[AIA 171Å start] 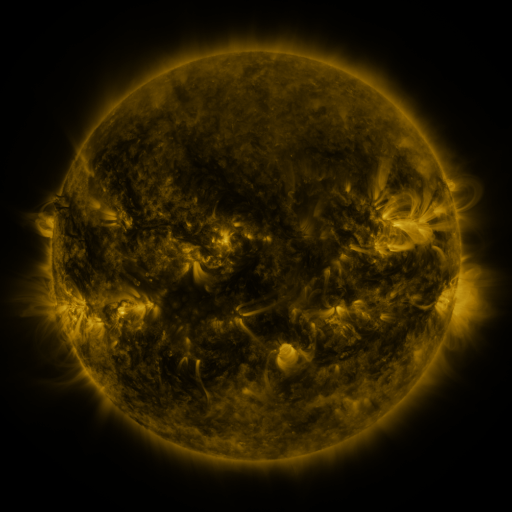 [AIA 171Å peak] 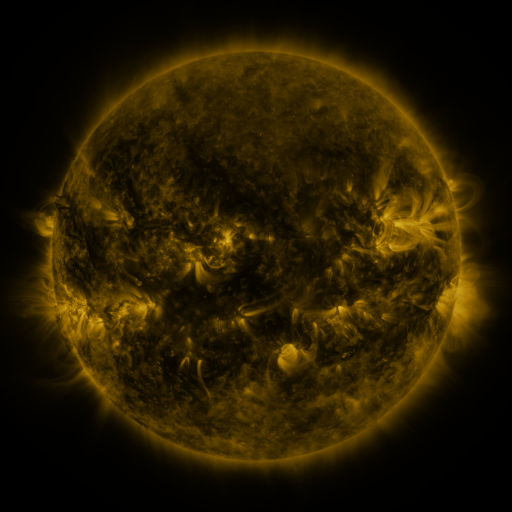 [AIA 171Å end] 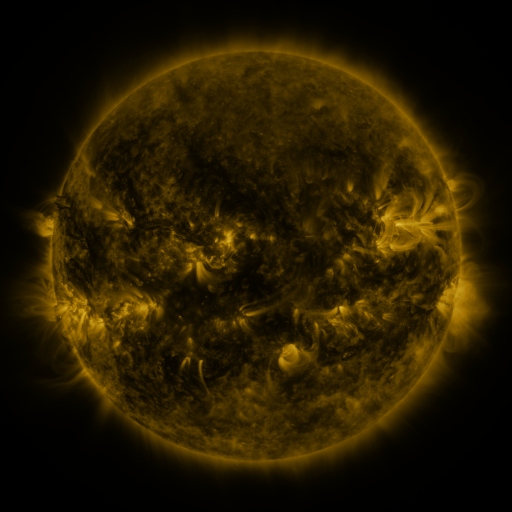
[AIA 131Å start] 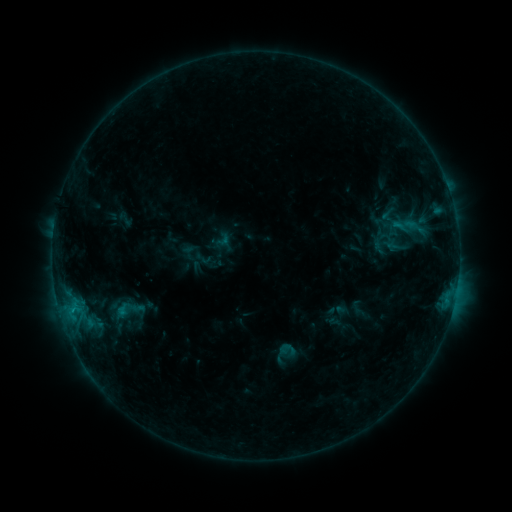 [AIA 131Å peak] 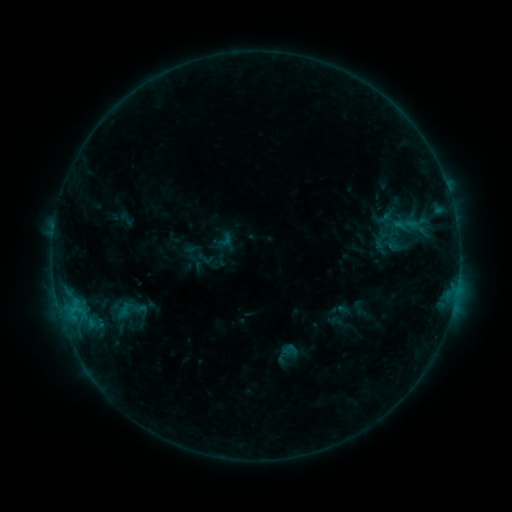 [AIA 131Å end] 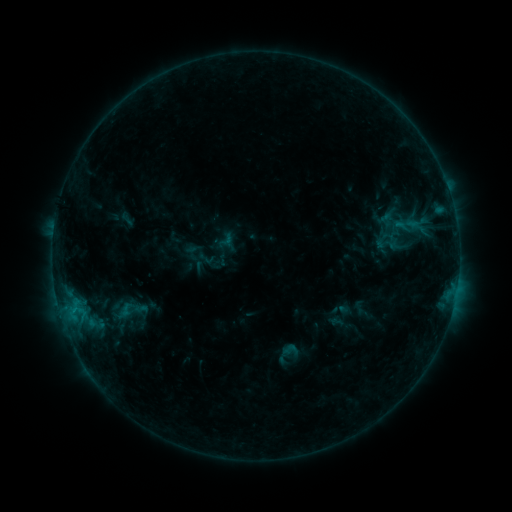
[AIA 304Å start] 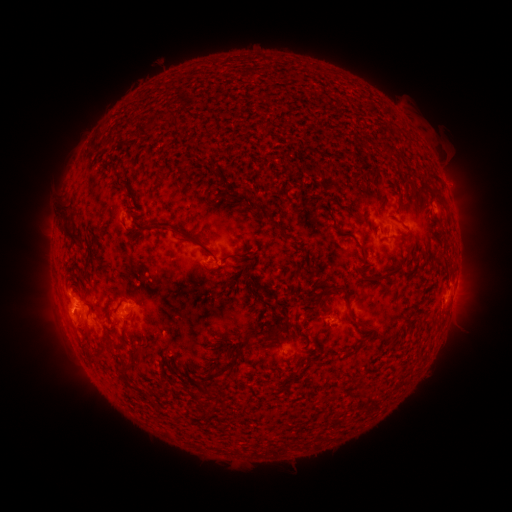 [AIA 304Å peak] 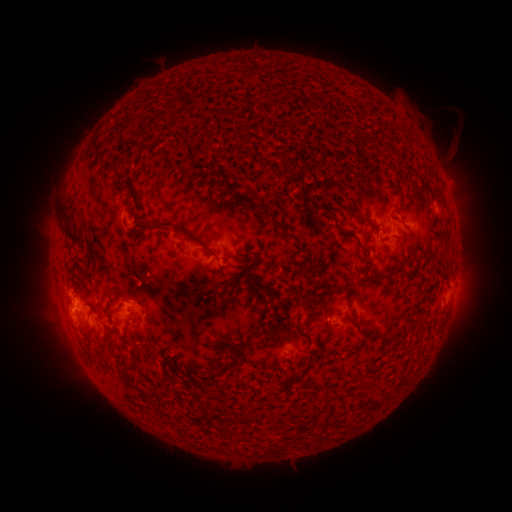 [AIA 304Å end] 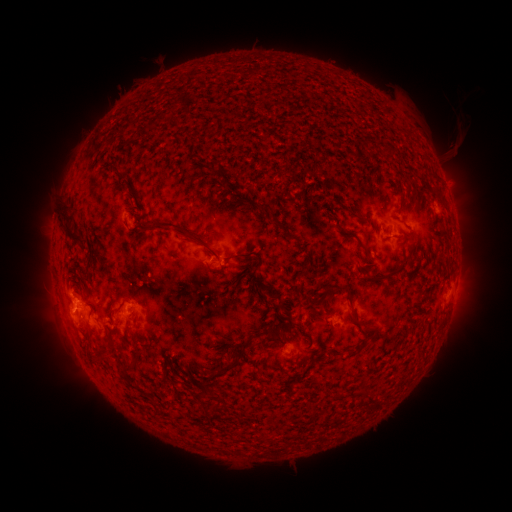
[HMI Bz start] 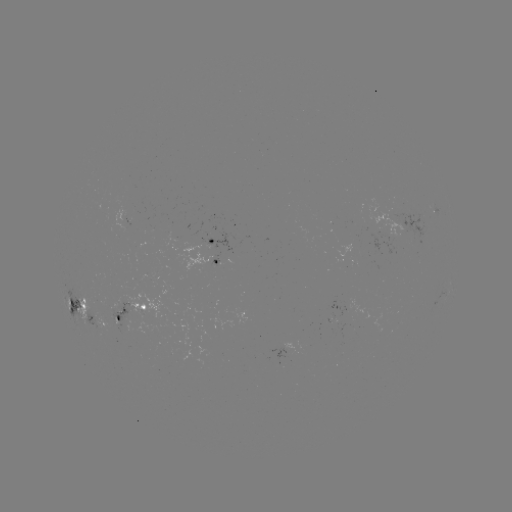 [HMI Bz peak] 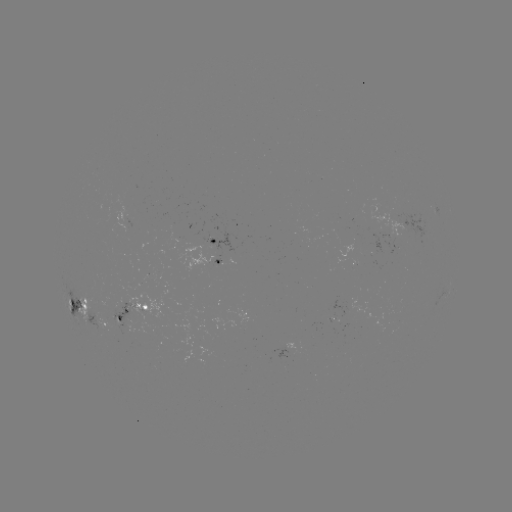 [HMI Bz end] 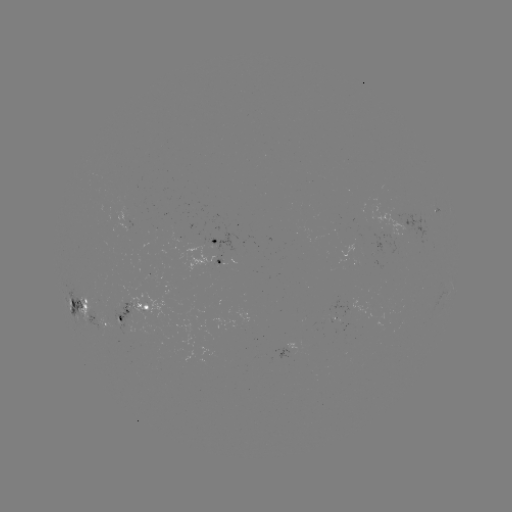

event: emerging-flux region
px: (374, 258)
